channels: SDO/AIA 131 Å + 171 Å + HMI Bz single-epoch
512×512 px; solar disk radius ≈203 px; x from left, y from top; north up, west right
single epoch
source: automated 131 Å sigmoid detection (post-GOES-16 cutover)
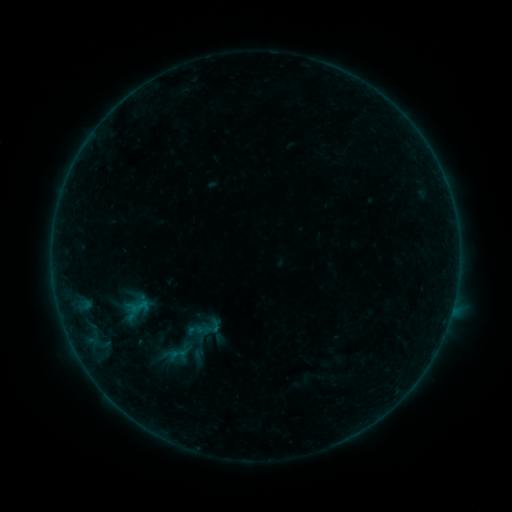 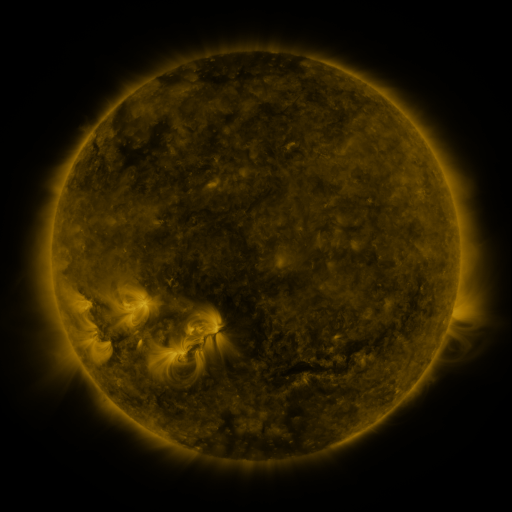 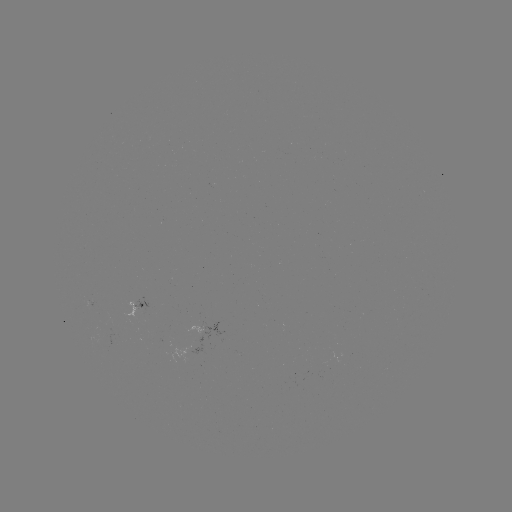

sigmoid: (164, 346, 189, 362)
